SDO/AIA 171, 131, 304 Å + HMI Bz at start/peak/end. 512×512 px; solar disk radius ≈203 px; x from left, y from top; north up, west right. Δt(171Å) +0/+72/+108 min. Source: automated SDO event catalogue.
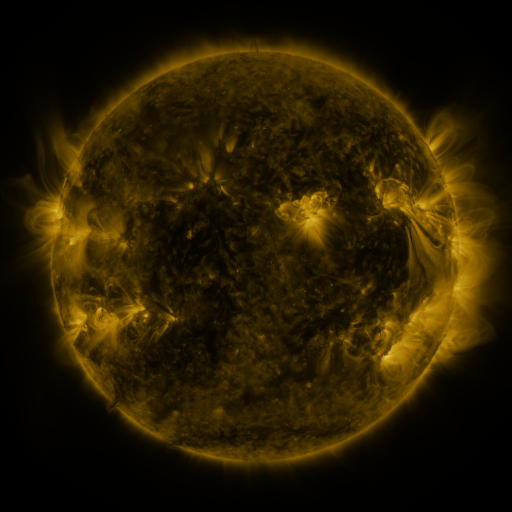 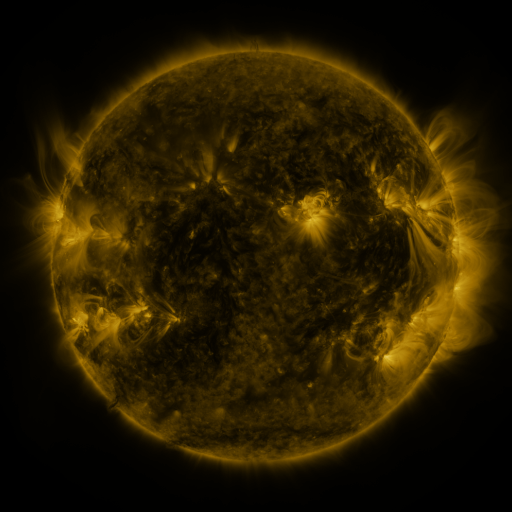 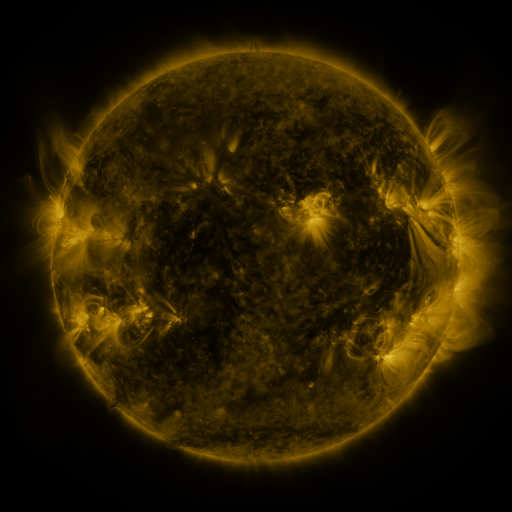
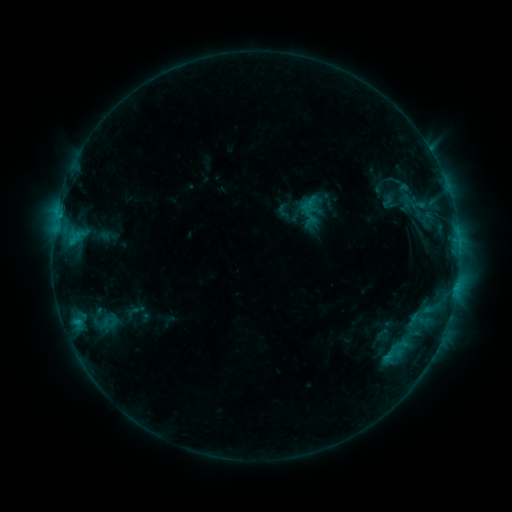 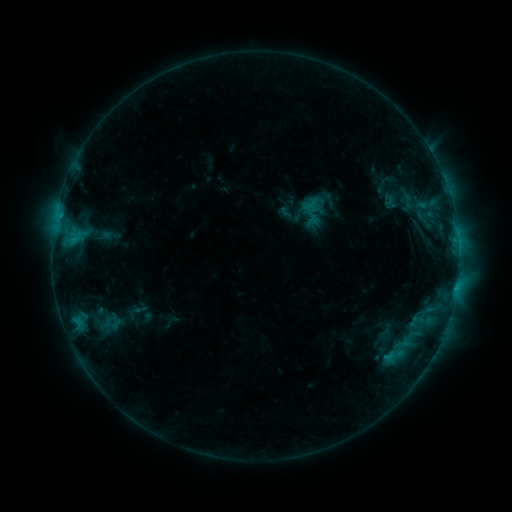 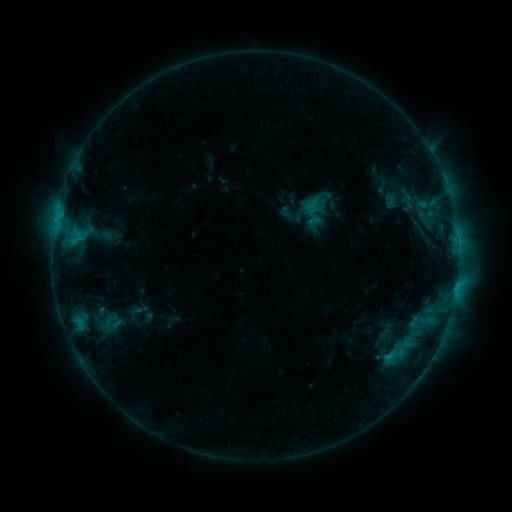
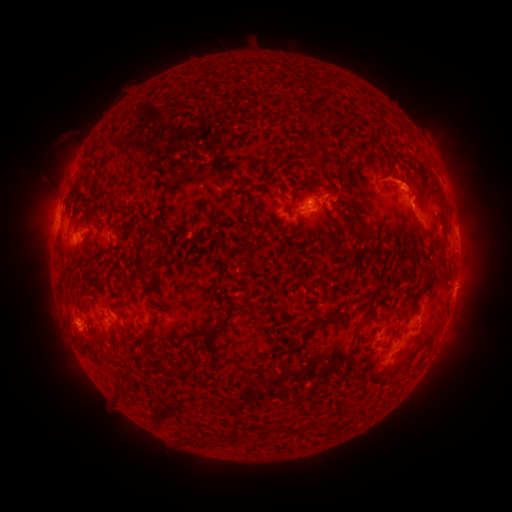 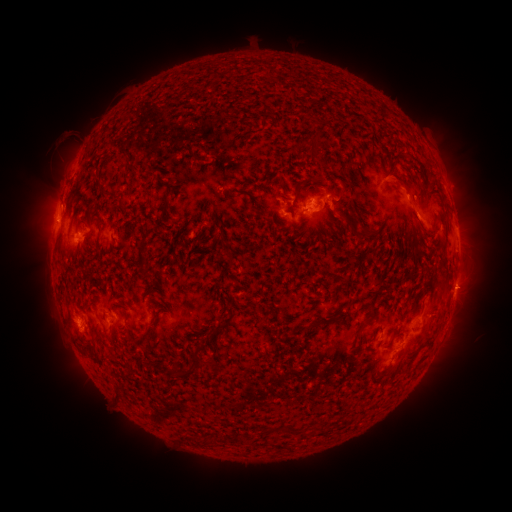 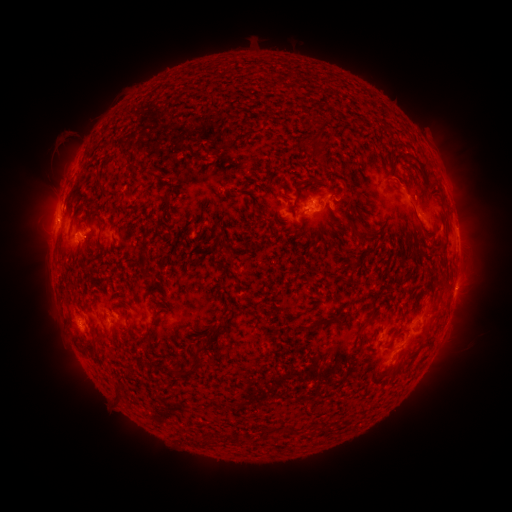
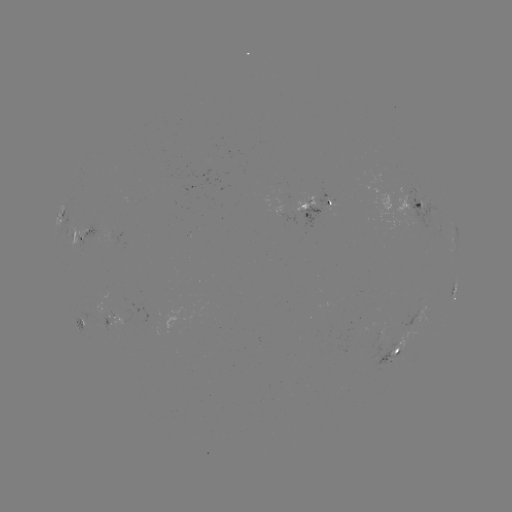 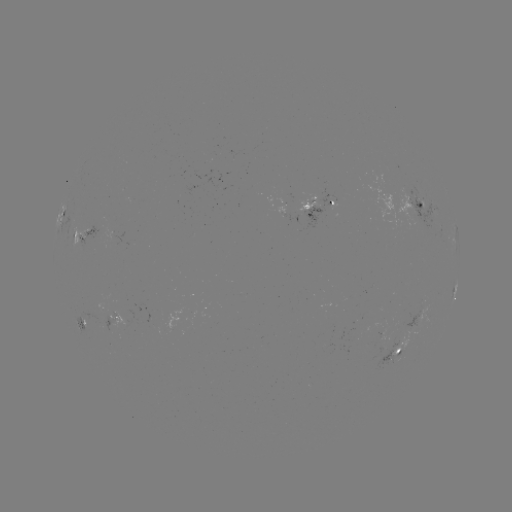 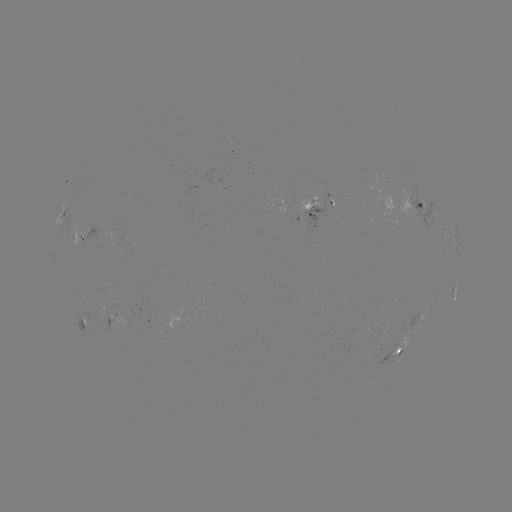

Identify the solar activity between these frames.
emerging-flux region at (399, 343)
